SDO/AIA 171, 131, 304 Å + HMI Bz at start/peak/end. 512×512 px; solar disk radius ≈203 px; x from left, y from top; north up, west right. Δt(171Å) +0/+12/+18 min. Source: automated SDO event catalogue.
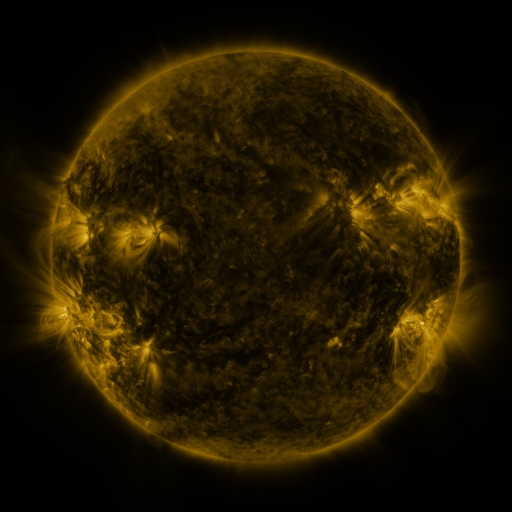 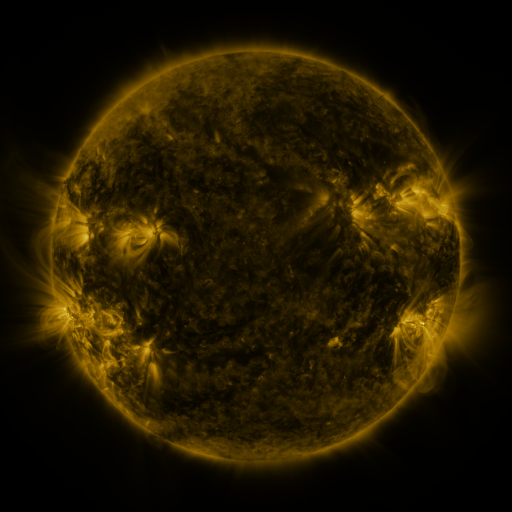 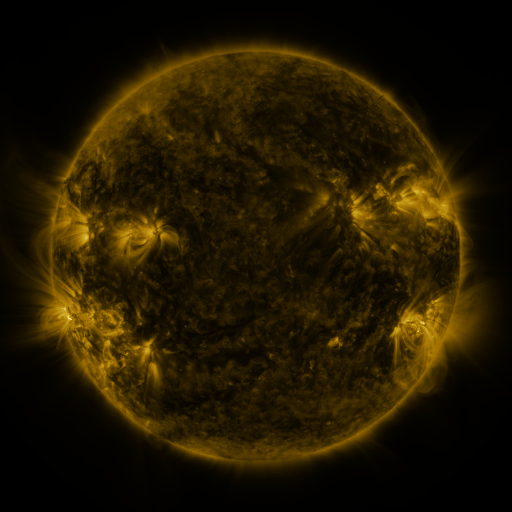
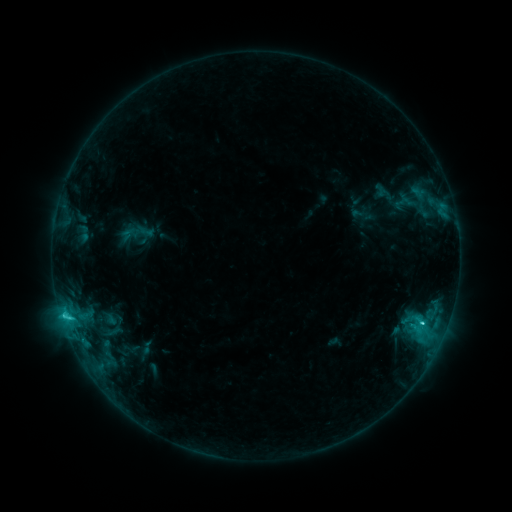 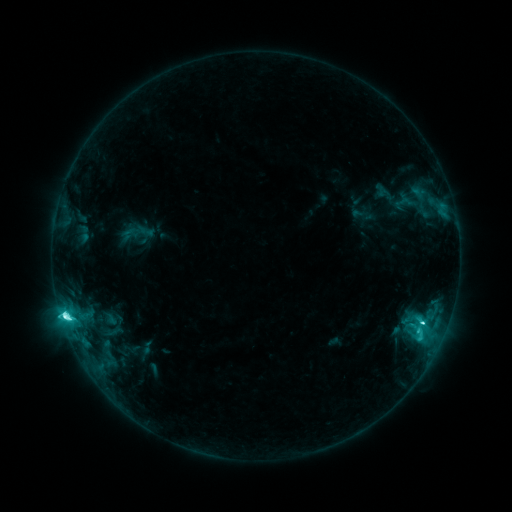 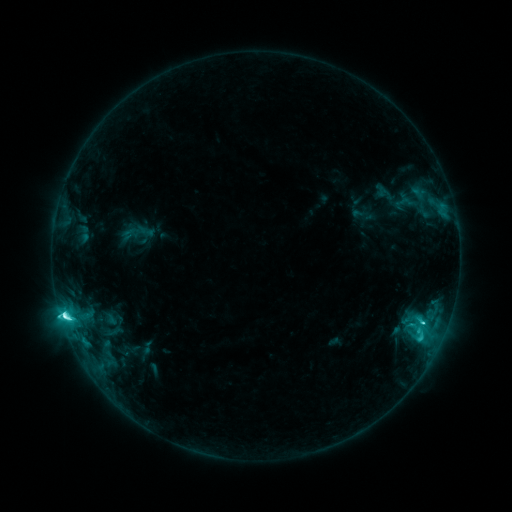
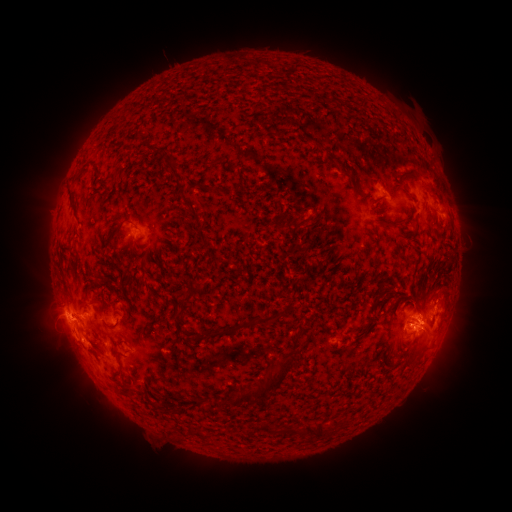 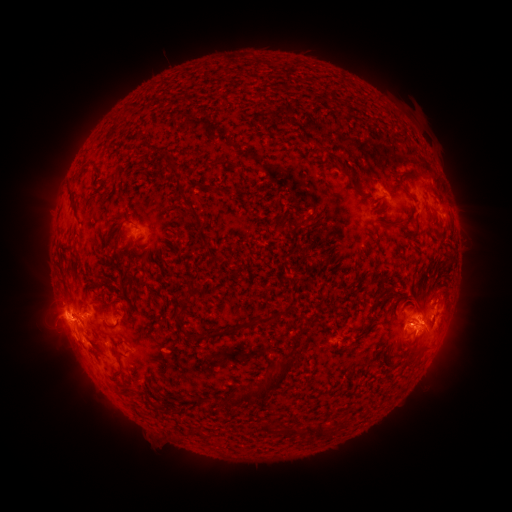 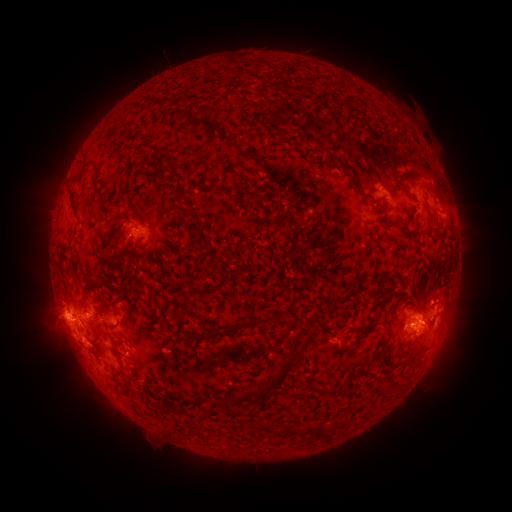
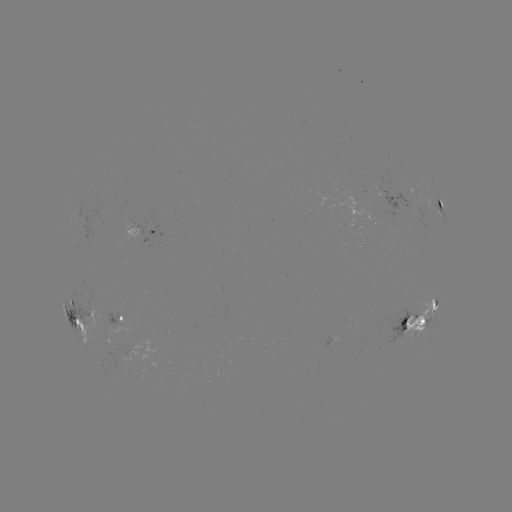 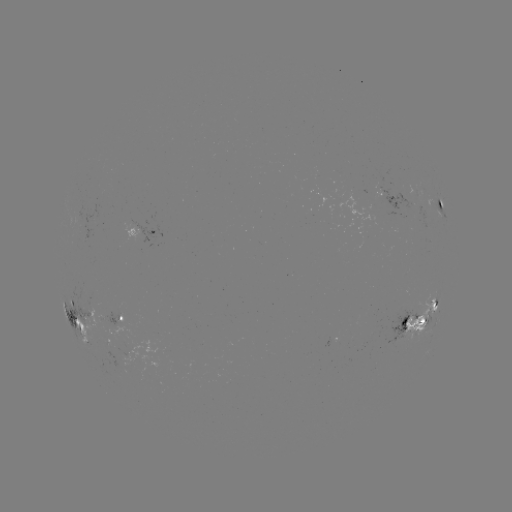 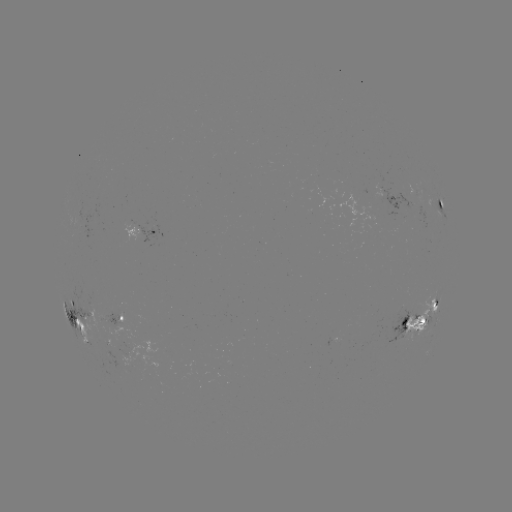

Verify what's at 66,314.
M1.0 flare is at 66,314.